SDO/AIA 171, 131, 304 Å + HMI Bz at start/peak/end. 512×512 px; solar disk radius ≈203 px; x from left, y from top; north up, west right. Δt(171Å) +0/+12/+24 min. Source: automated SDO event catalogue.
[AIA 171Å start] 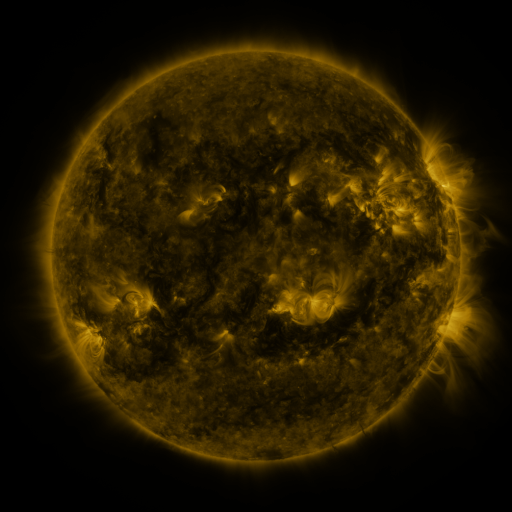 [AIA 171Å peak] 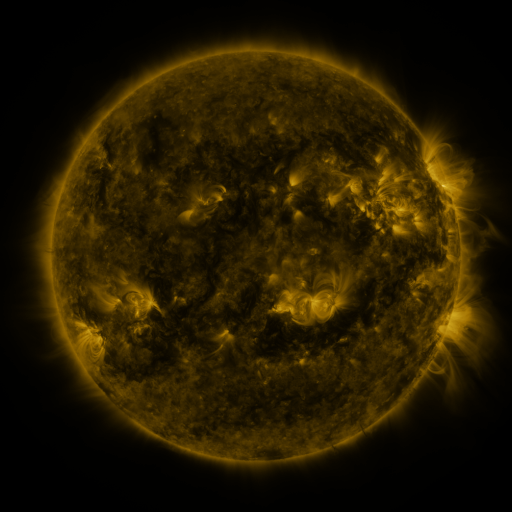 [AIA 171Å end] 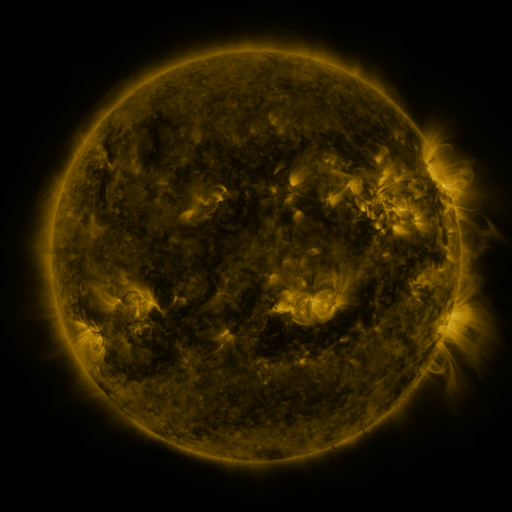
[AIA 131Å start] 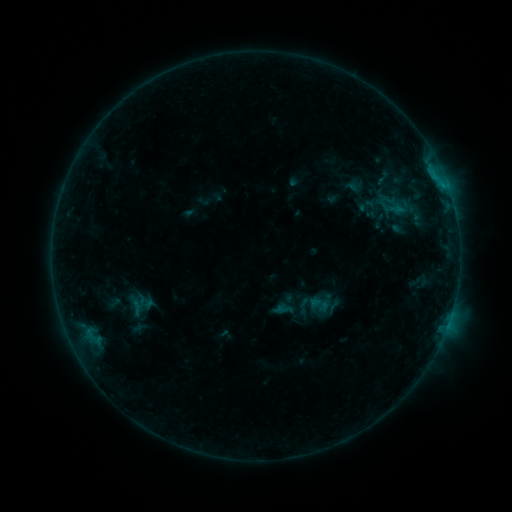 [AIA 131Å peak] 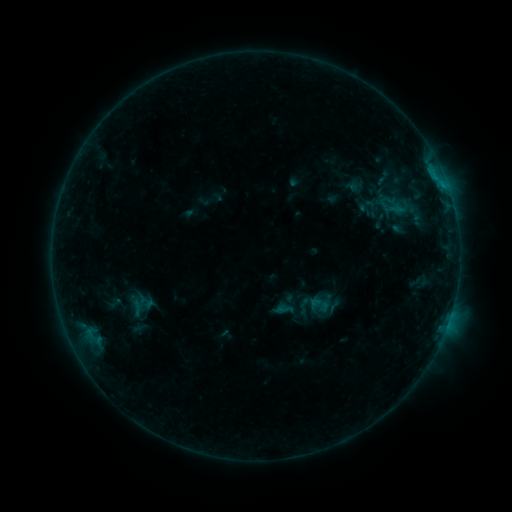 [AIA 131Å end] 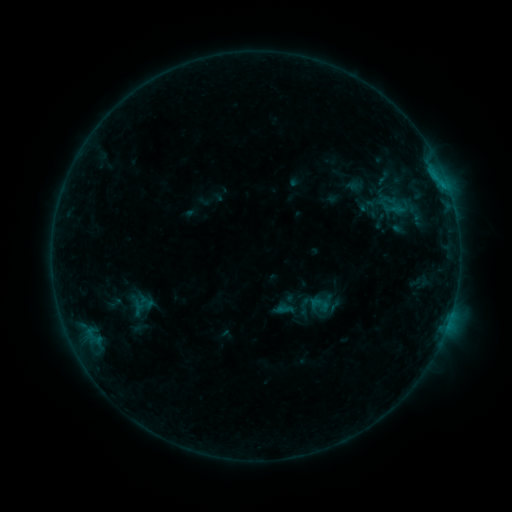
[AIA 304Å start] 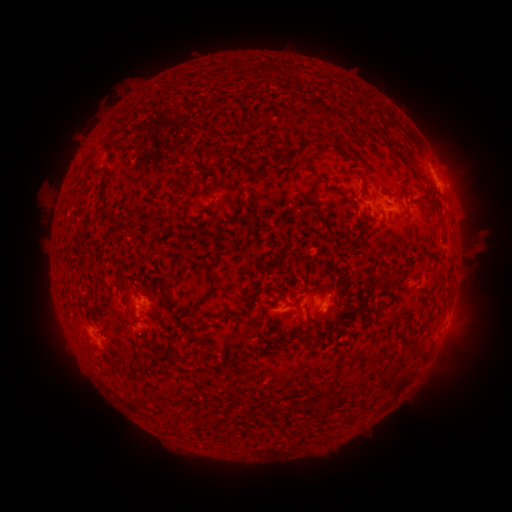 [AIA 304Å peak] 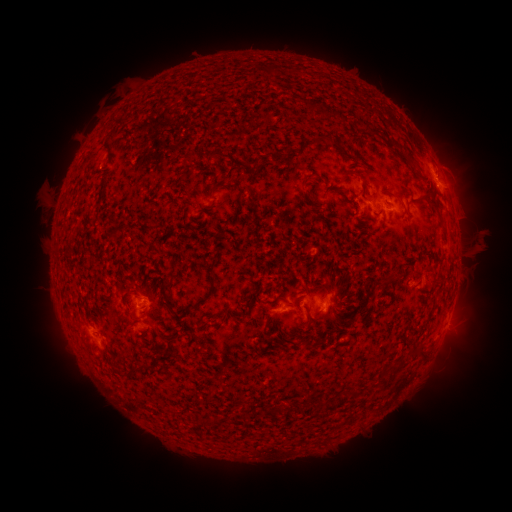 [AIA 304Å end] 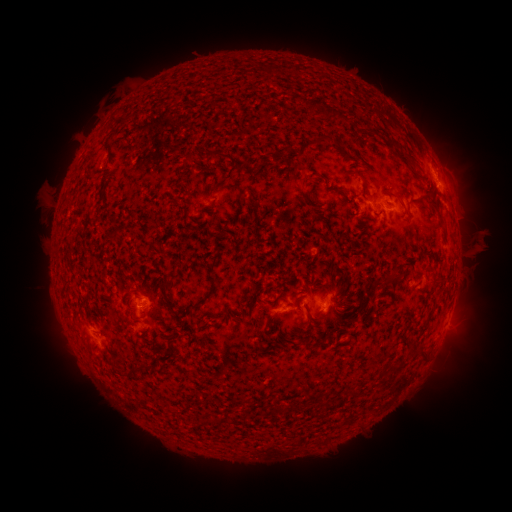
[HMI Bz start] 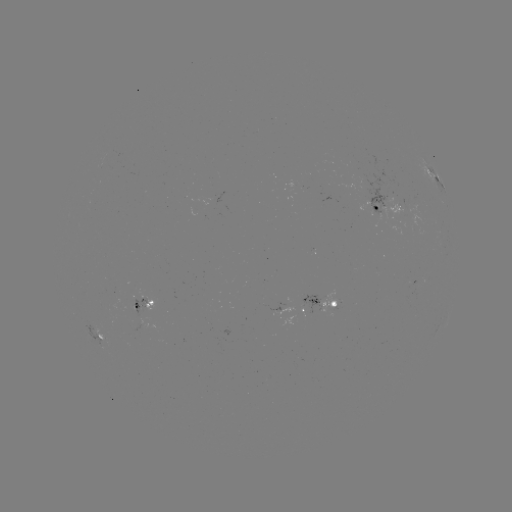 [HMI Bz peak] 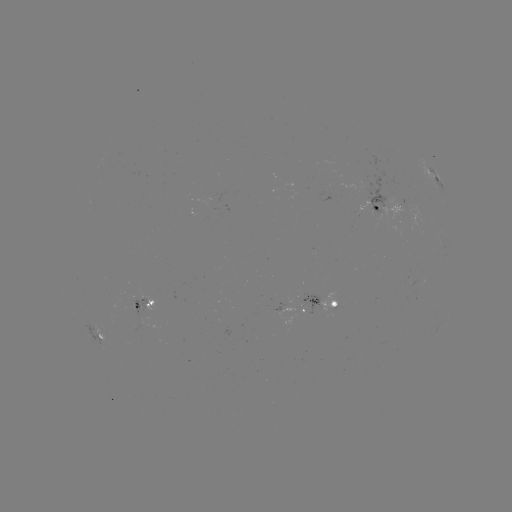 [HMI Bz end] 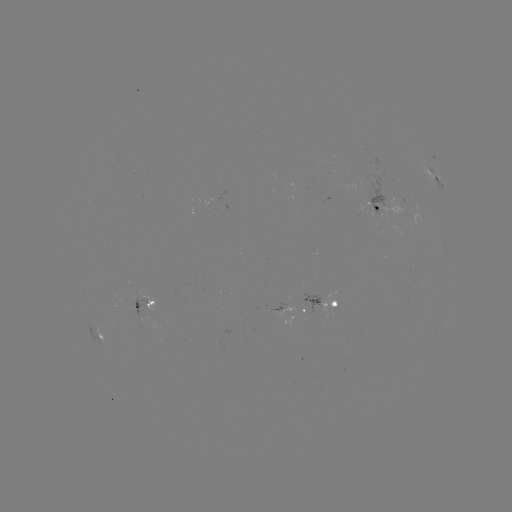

nothing was catalogued: no classed flare, no EUV trigger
